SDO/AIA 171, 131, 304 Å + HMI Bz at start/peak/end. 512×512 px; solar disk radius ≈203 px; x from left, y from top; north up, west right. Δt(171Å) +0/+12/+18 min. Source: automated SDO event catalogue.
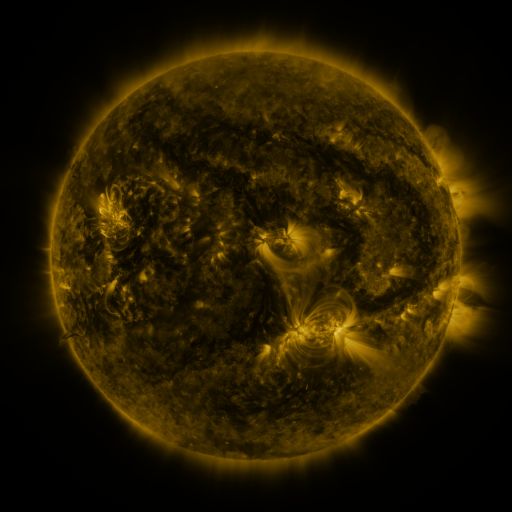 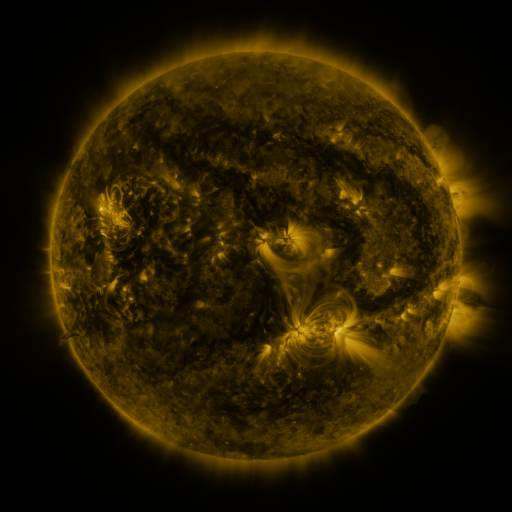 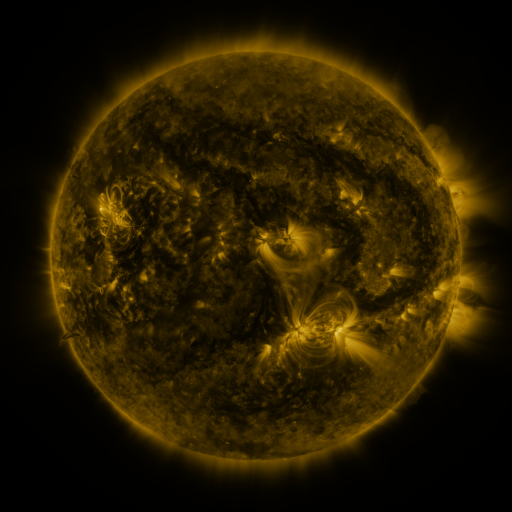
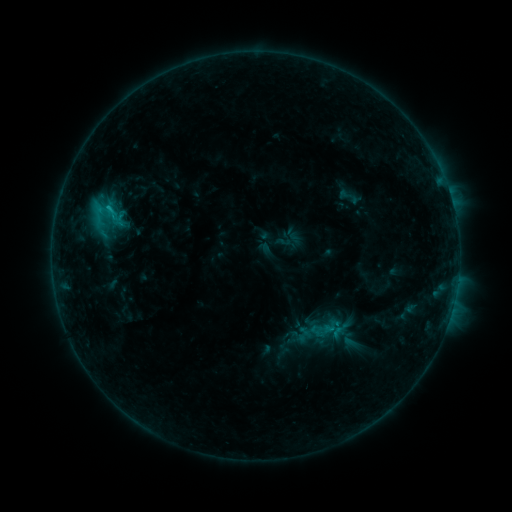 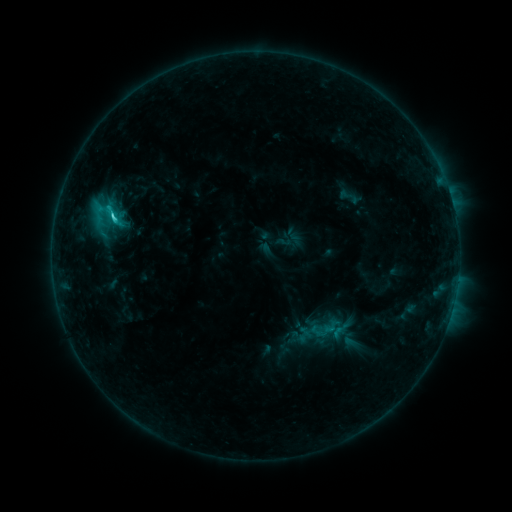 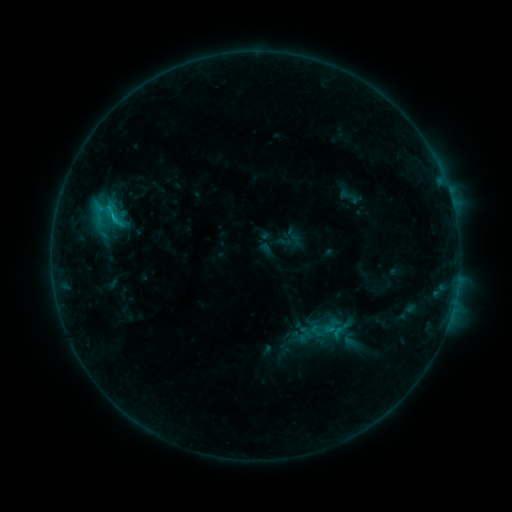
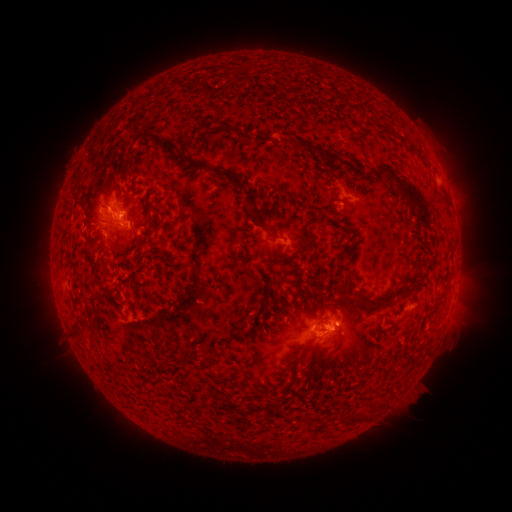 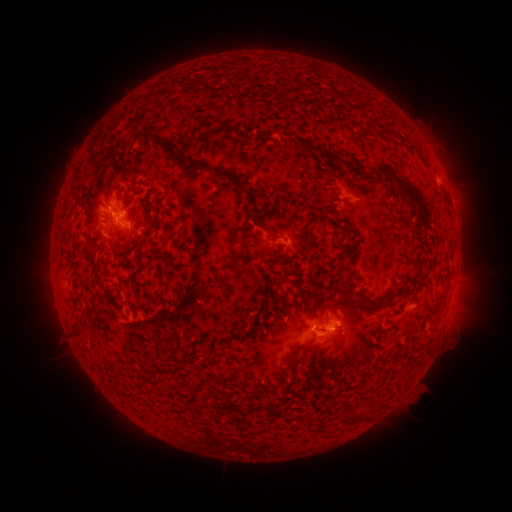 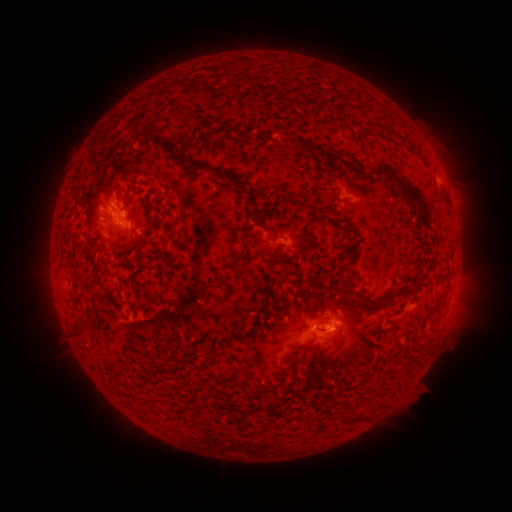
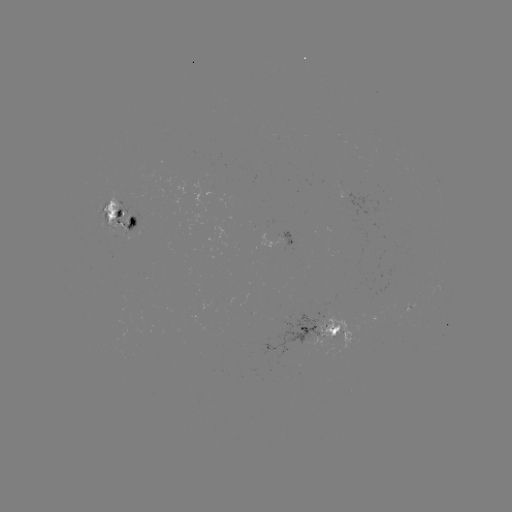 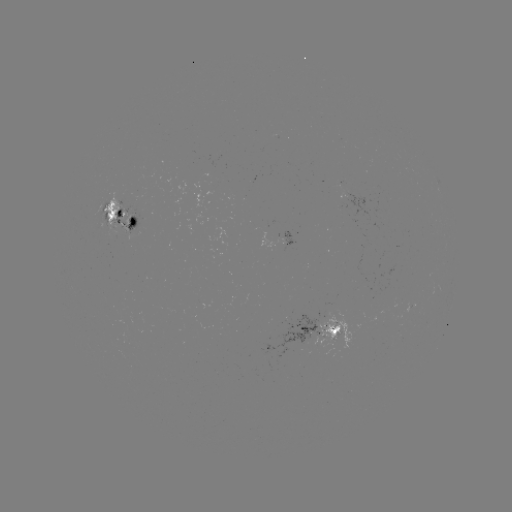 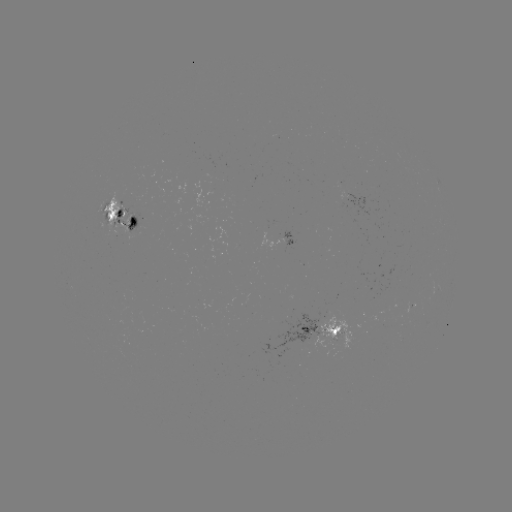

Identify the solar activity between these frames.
C3.2 flare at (115, 217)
